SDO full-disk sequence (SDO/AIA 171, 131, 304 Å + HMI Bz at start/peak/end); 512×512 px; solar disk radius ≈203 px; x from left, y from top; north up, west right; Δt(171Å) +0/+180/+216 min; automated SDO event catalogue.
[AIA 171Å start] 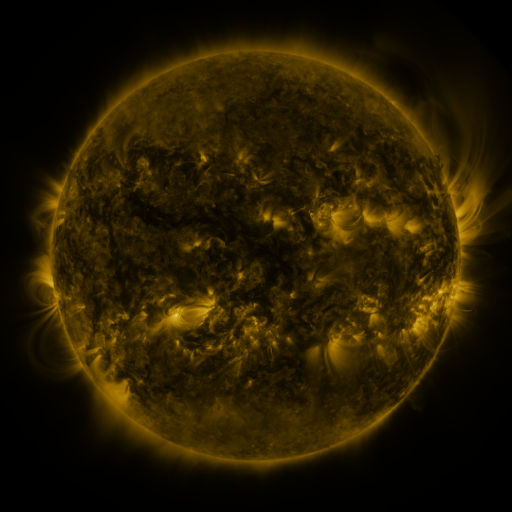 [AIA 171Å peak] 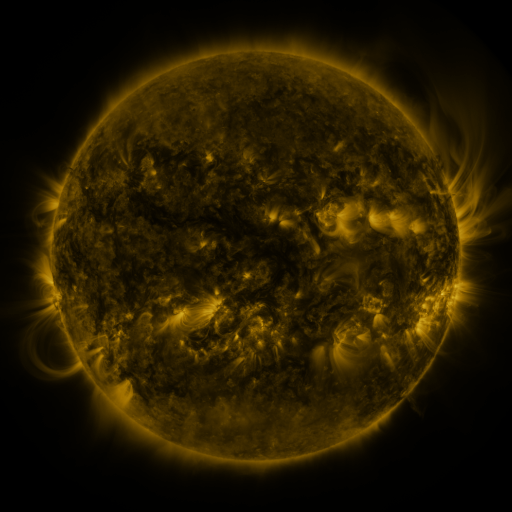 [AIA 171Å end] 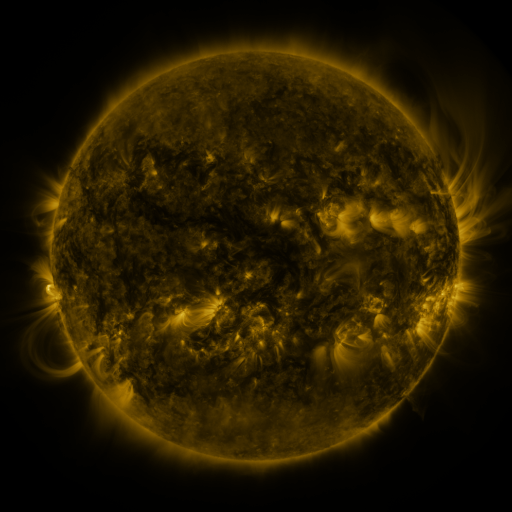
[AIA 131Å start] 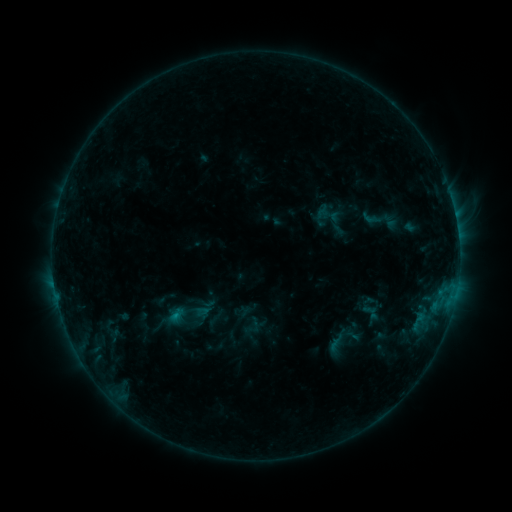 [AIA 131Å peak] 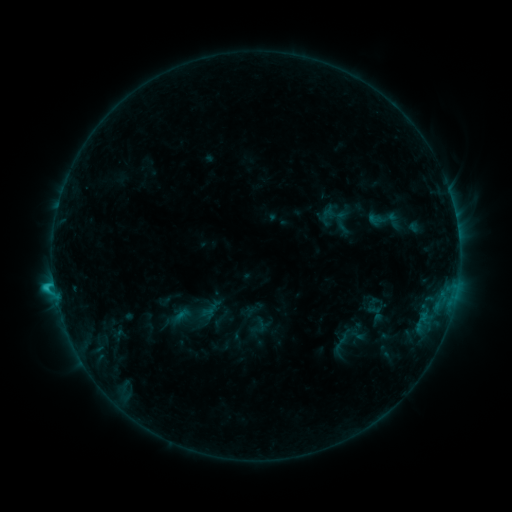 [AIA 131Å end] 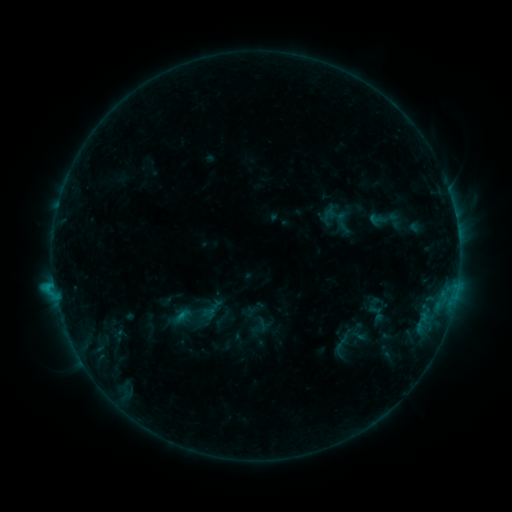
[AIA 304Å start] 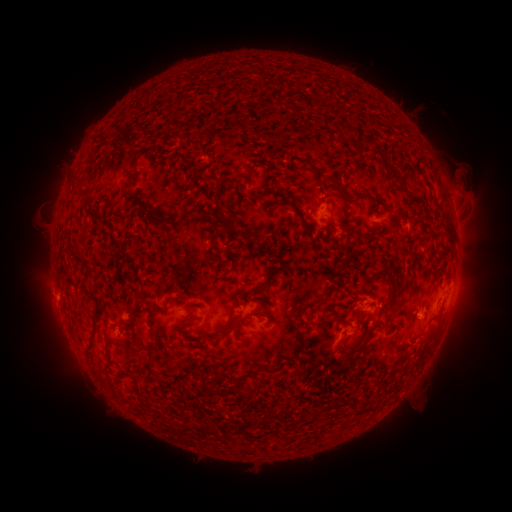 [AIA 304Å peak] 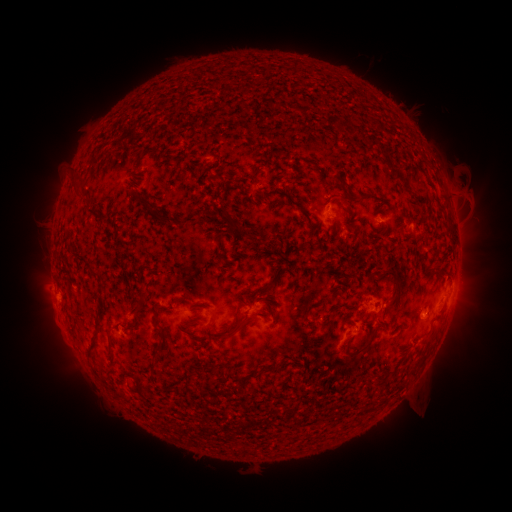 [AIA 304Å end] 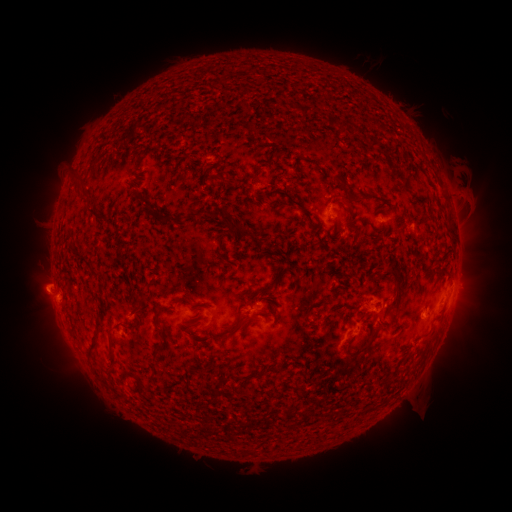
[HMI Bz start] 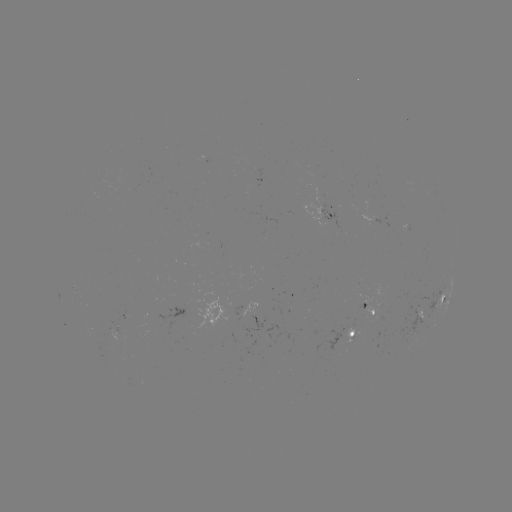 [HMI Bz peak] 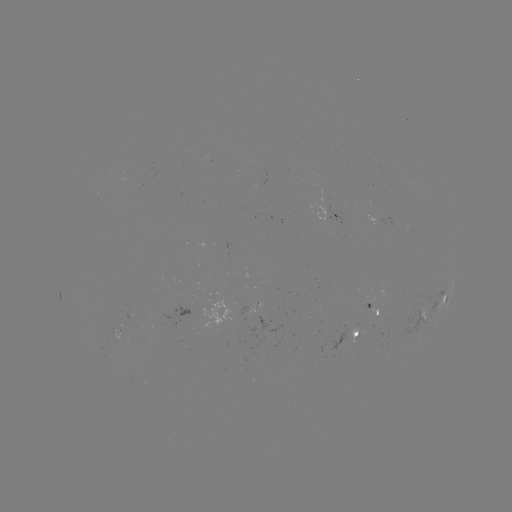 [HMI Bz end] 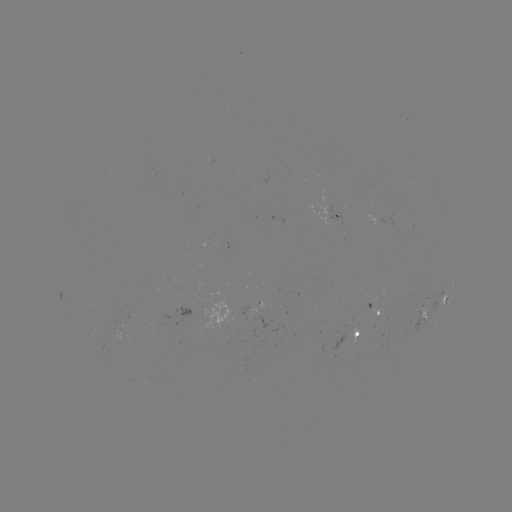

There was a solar emerging-flux region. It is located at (377, 314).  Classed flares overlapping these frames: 1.